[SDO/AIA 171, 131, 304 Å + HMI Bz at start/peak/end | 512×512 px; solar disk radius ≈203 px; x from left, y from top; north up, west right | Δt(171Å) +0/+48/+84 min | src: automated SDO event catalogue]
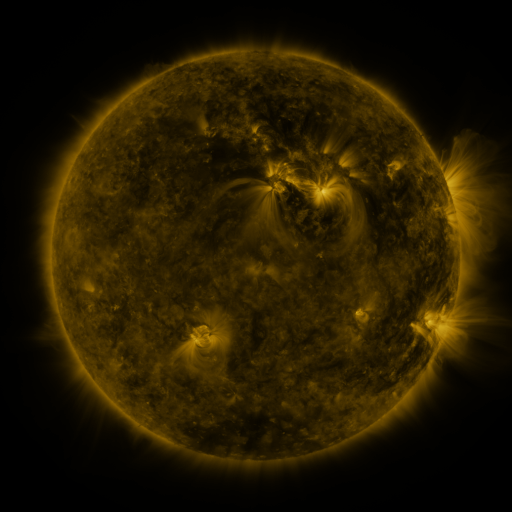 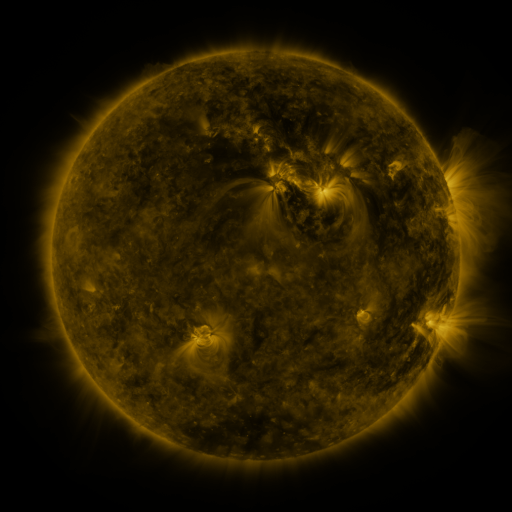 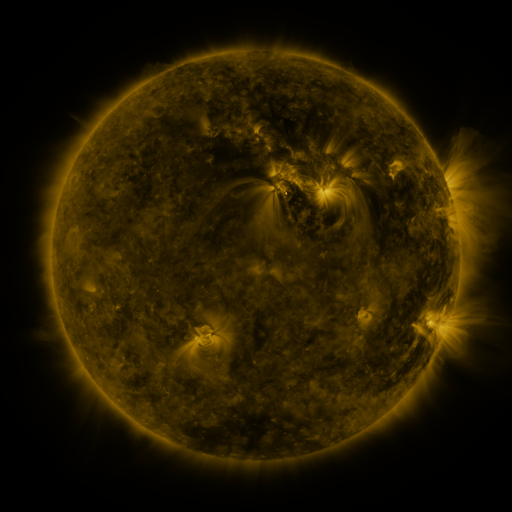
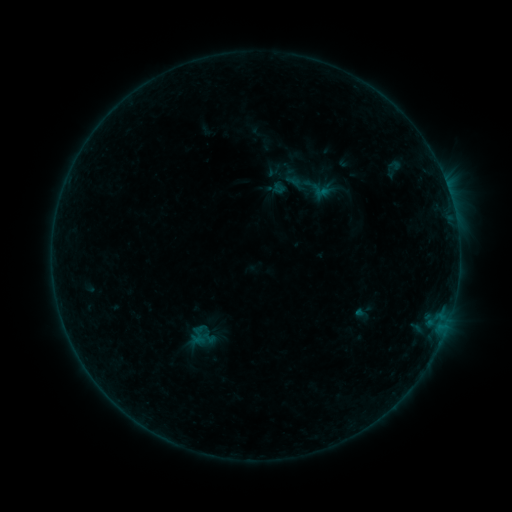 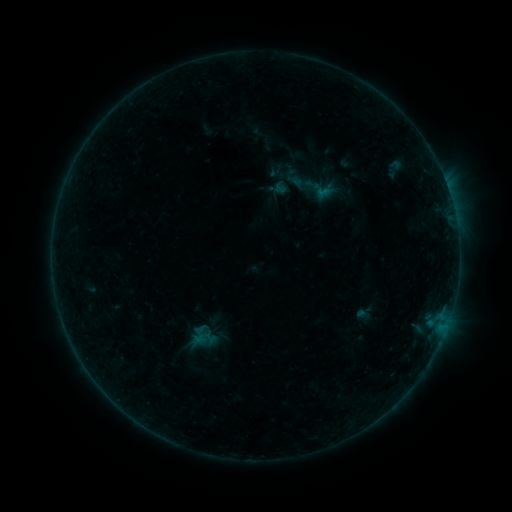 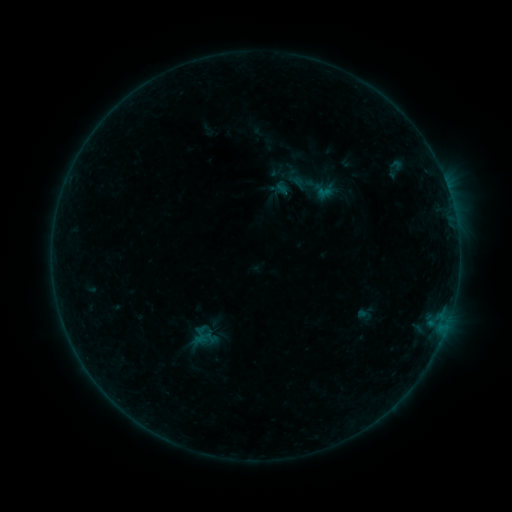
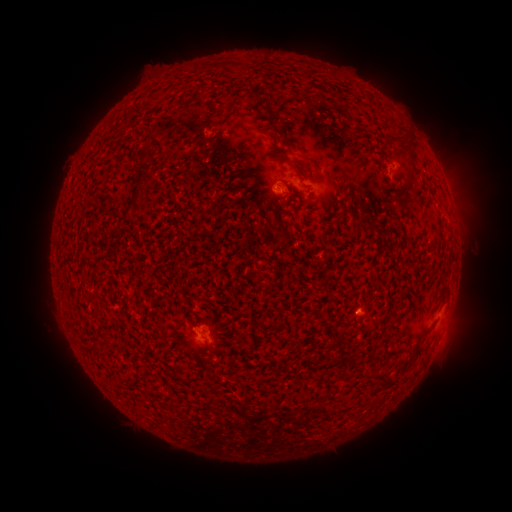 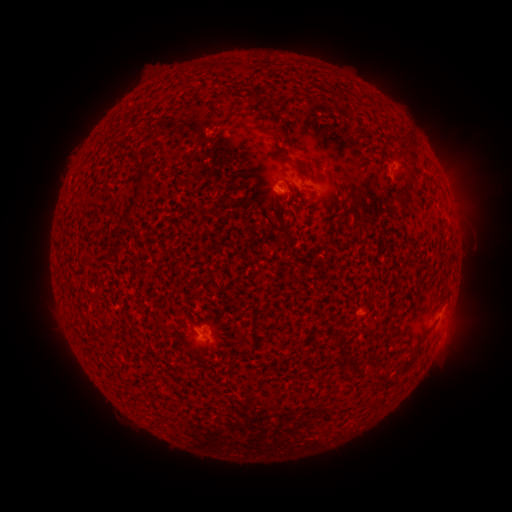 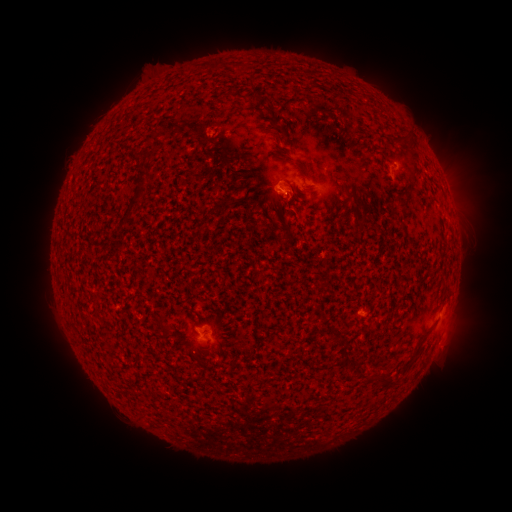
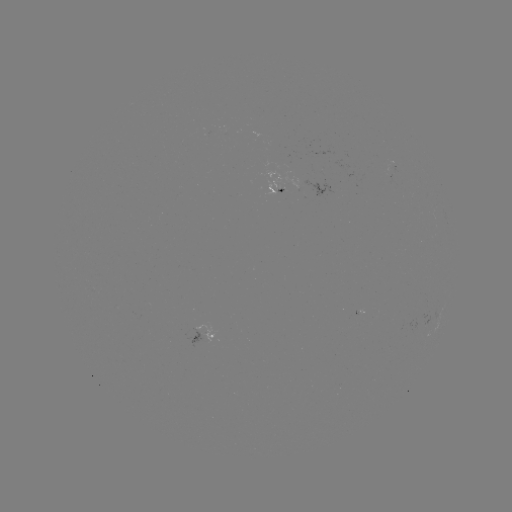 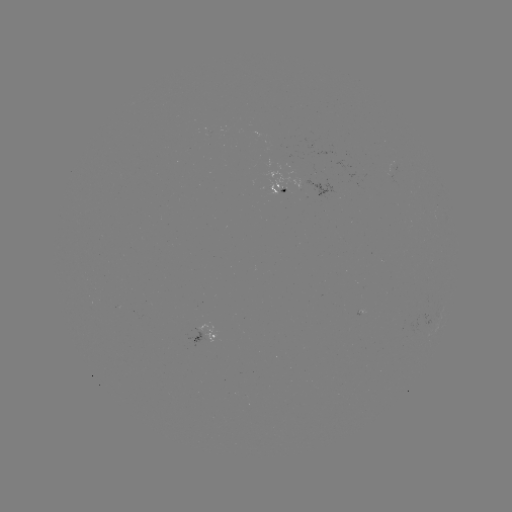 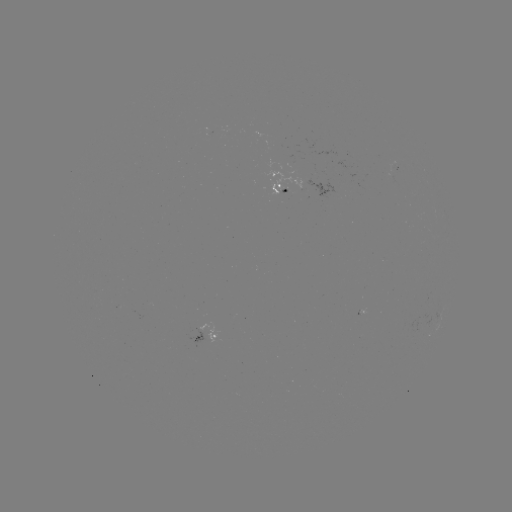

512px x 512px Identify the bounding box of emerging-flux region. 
[204, 326, 217, 342].